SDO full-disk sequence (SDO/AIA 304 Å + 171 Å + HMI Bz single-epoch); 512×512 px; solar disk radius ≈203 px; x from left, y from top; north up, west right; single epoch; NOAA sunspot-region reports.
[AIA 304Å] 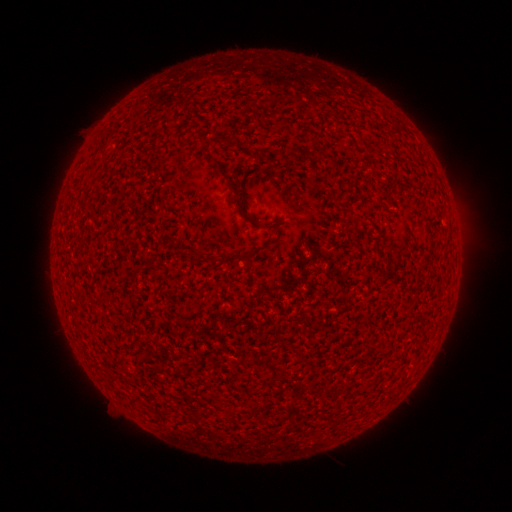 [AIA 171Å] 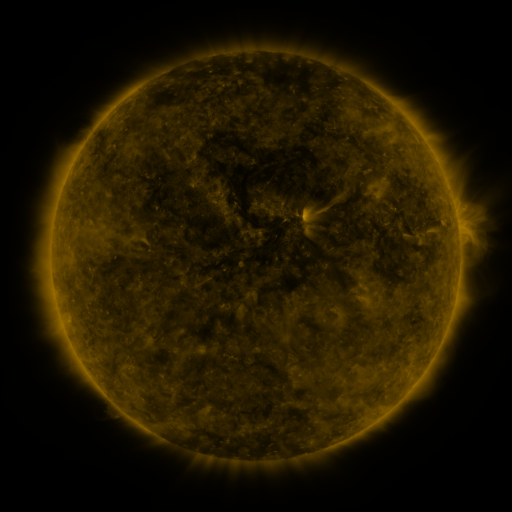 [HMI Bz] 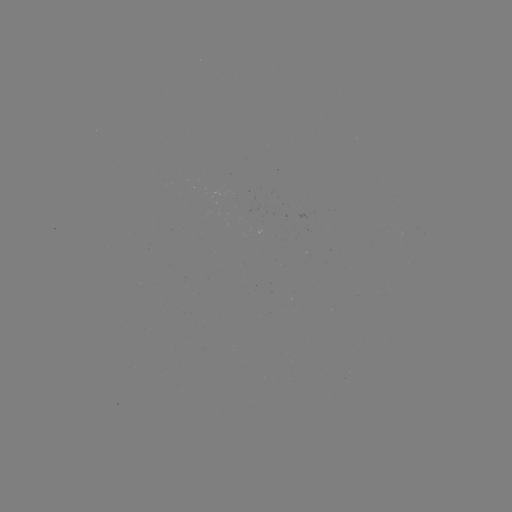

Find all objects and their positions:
(none)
